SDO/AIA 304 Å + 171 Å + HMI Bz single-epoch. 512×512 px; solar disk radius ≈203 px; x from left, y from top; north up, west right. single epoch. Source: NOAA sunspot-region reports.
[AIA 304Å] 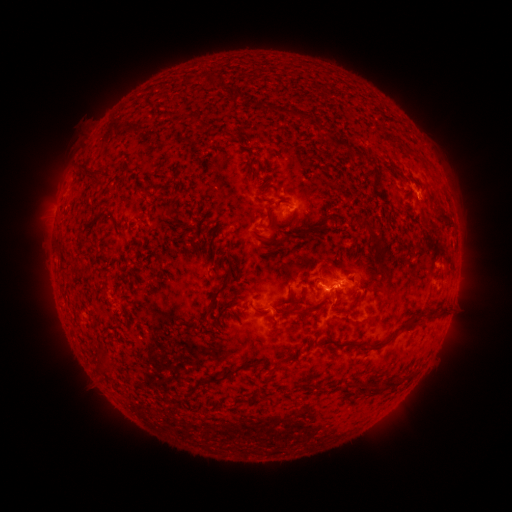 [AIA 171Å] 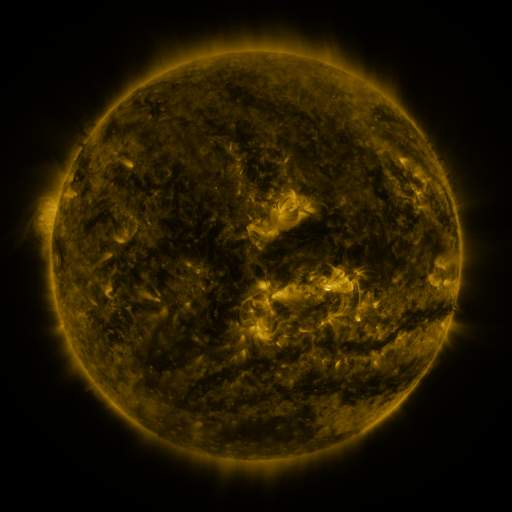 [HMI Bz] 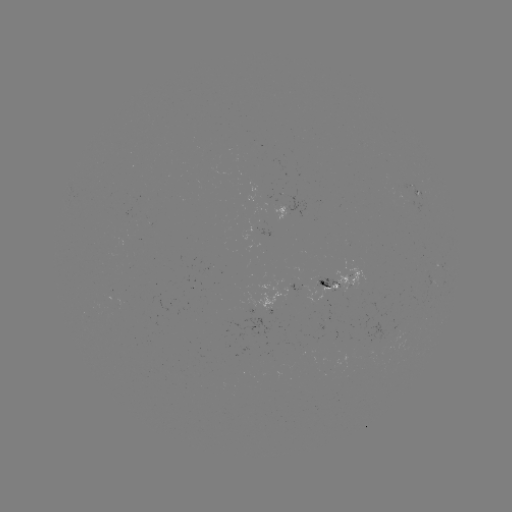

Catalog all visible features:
spotted active region: (284, 206)
spotted active region: (340, 279)
